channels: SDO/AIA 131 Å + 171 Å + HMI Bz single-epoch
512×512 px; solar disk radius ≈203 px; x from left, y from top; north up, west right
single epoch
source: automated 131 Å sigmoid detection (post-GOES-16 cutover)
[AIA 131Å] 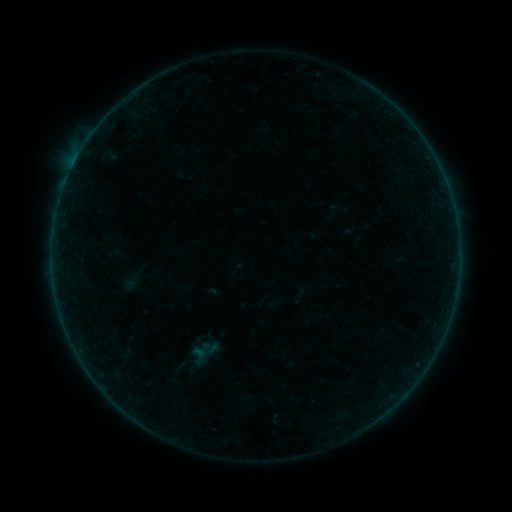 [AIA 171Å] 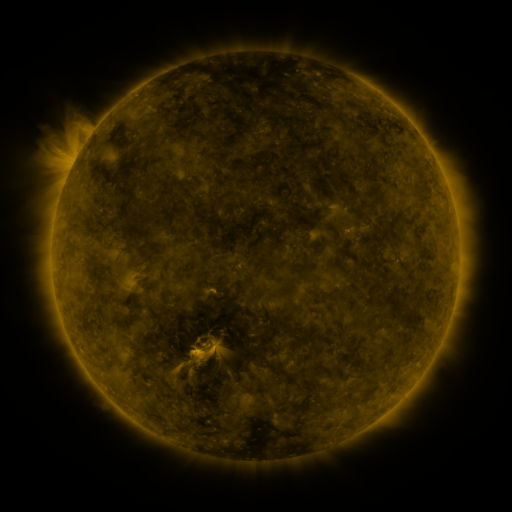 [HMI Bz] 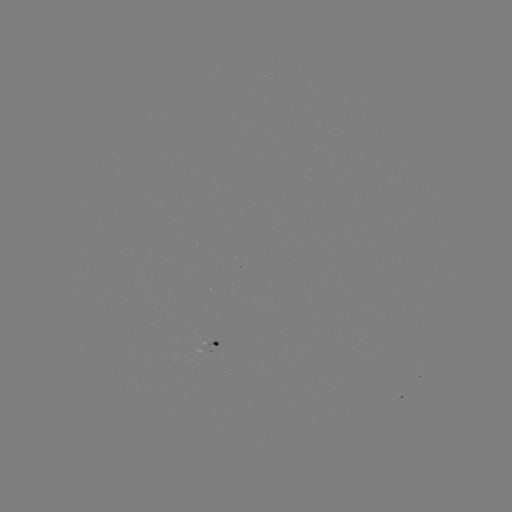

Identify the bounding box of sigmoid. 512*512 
[185, 344, 211, 366].